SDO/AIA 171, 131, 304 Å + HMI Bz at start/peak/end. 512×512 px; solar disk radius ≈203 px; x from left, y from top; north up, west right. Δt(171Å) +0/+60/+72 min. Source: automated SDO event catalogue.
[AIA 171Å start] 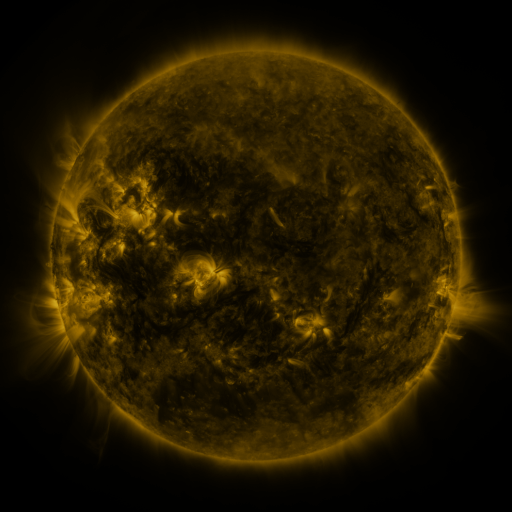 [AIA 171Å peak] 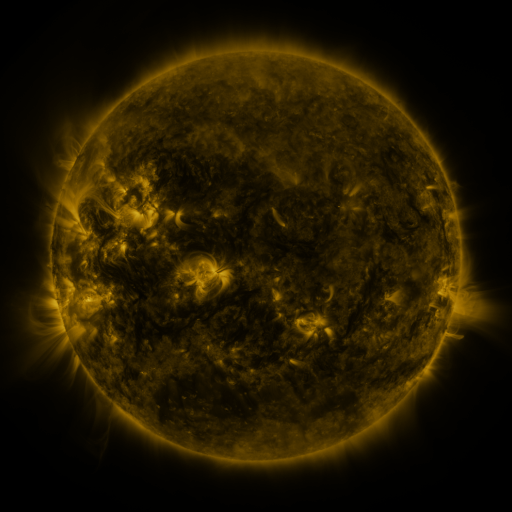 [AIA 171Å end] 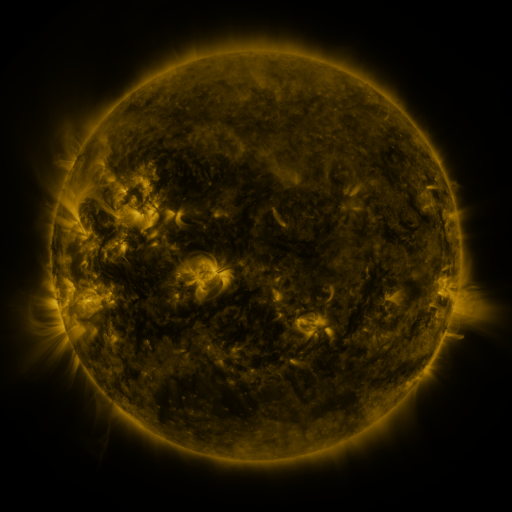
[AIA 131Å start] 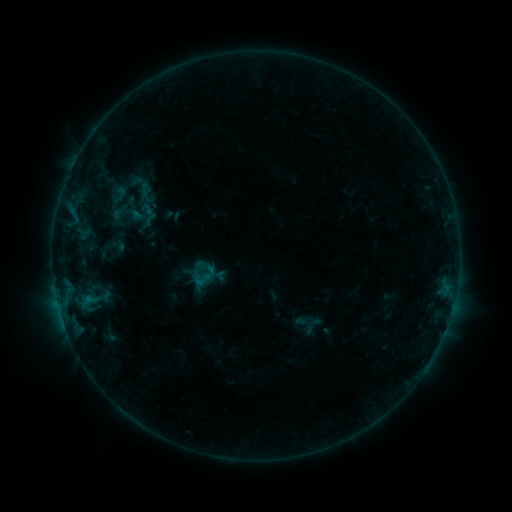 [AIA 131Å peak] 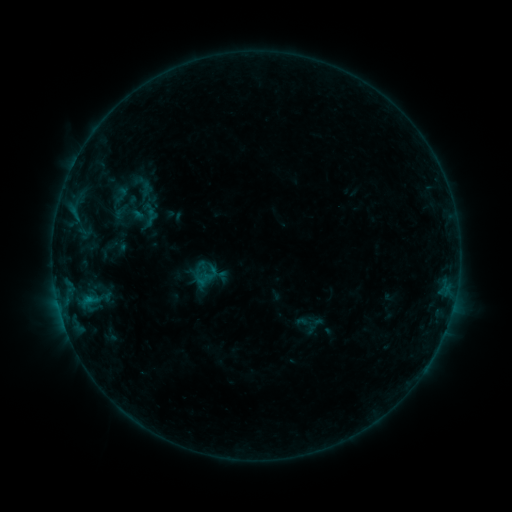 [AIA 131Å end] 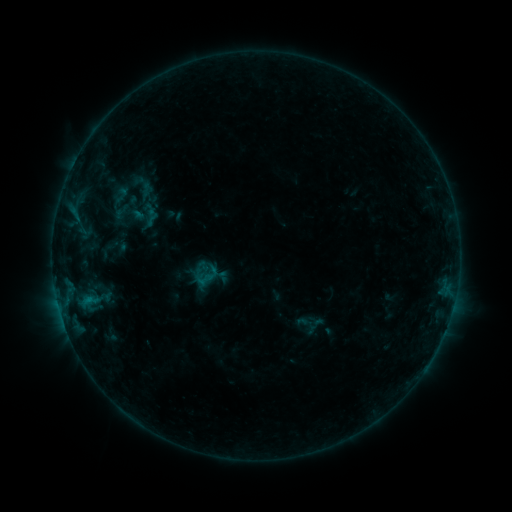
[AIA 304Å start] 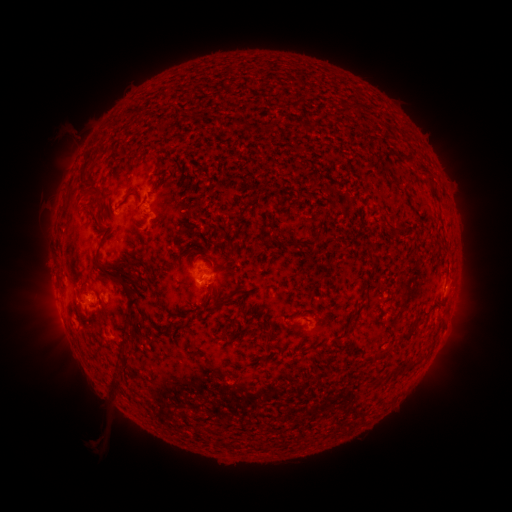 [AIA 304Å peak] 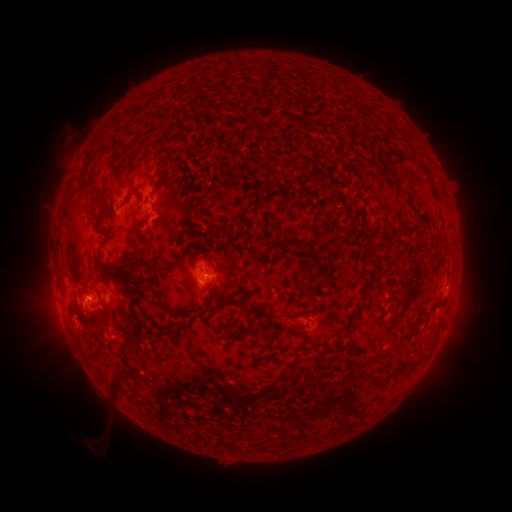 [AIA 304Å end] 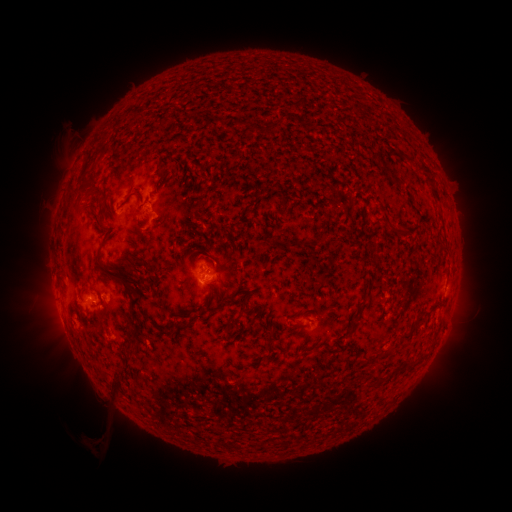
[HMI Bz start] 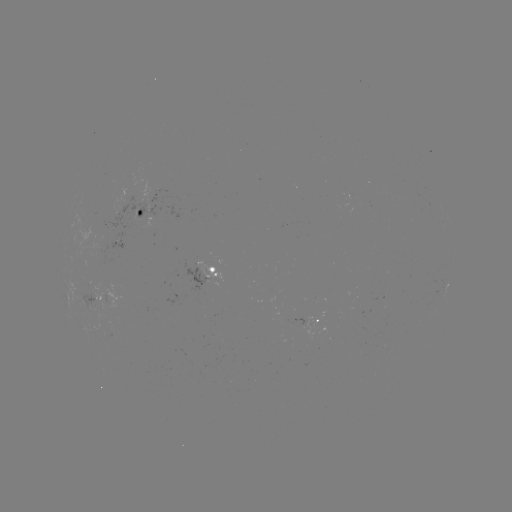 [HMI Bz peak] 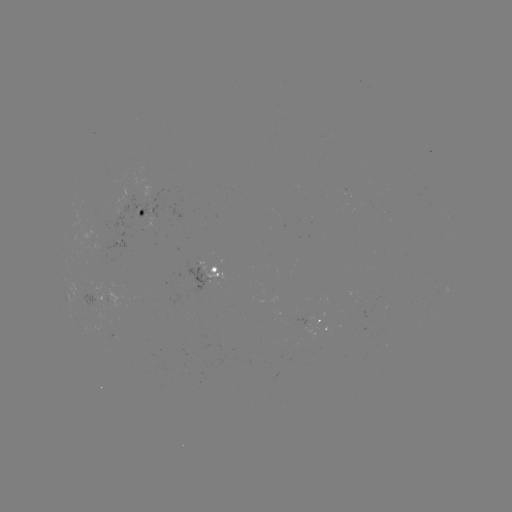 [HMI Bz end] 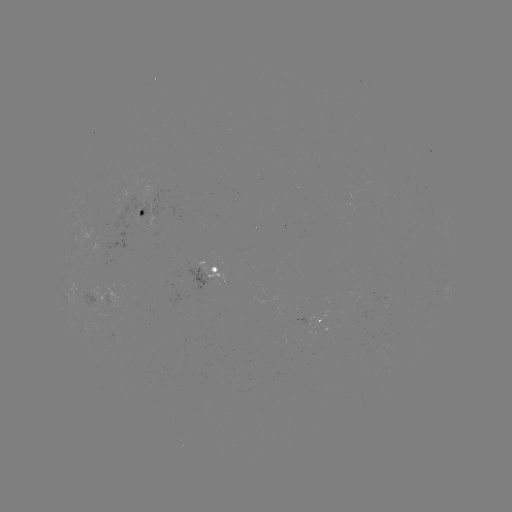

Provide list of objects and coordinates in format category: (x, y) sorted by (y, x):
emerging-flux region: (98, 230)
